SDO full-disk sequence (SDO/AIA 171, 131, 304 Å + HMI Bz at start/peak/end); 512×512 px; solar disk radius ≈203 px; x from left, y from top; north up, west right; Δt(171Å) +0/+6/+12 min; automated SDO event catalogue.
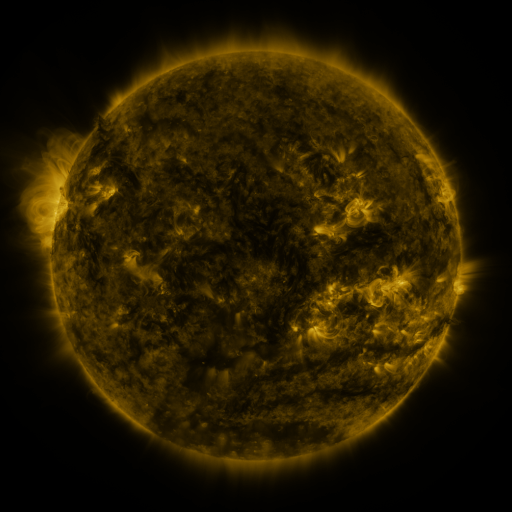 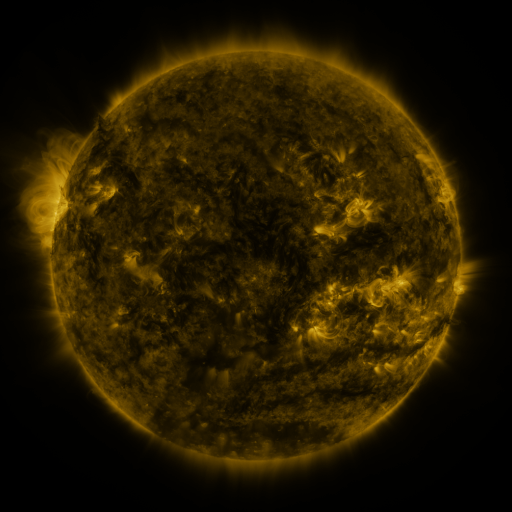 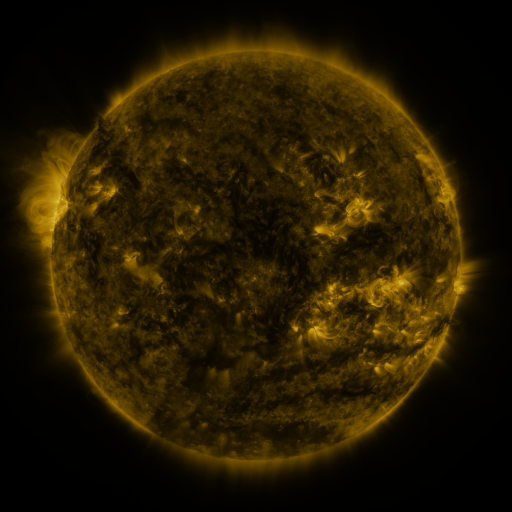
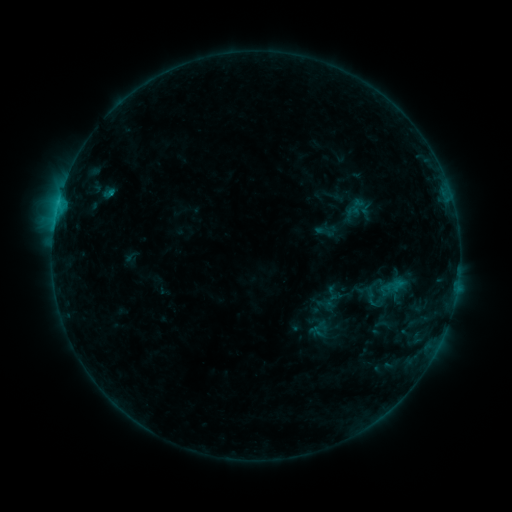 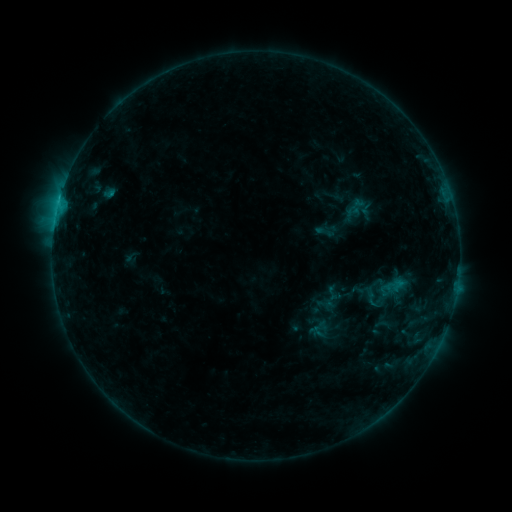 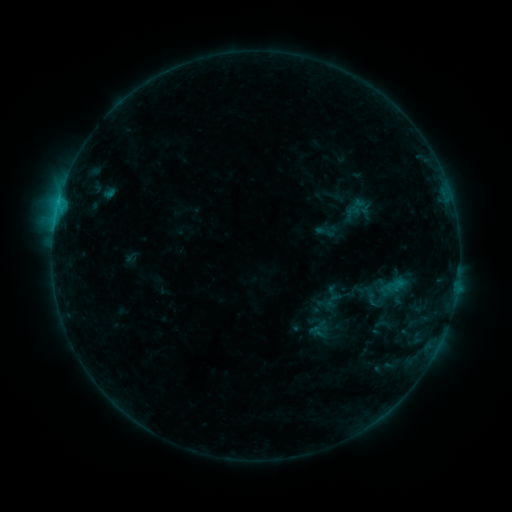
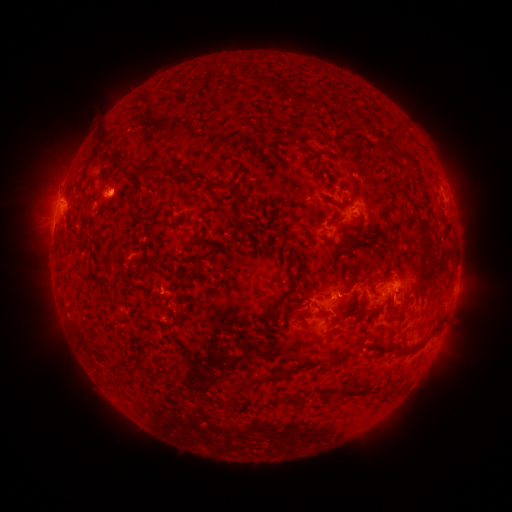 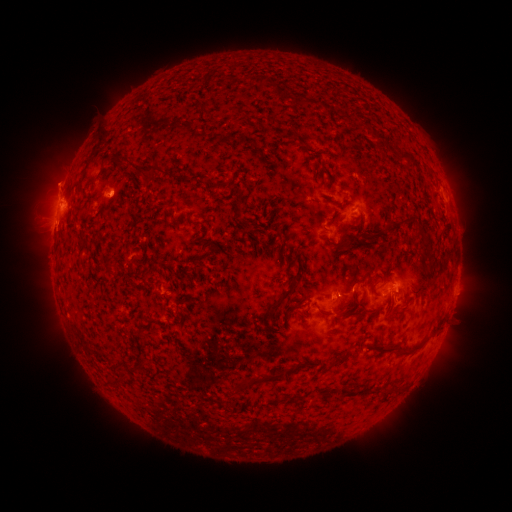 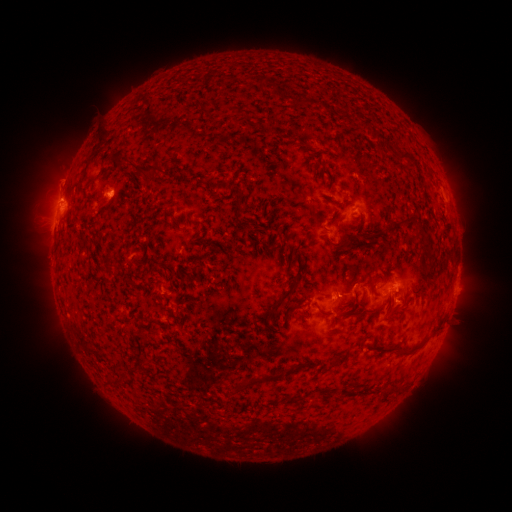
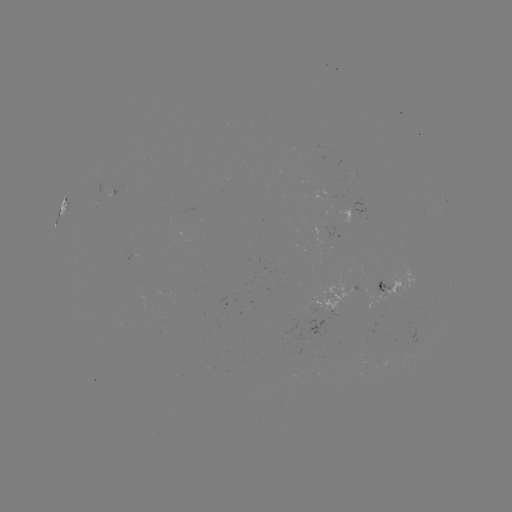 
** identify eruption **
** (58, 179) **